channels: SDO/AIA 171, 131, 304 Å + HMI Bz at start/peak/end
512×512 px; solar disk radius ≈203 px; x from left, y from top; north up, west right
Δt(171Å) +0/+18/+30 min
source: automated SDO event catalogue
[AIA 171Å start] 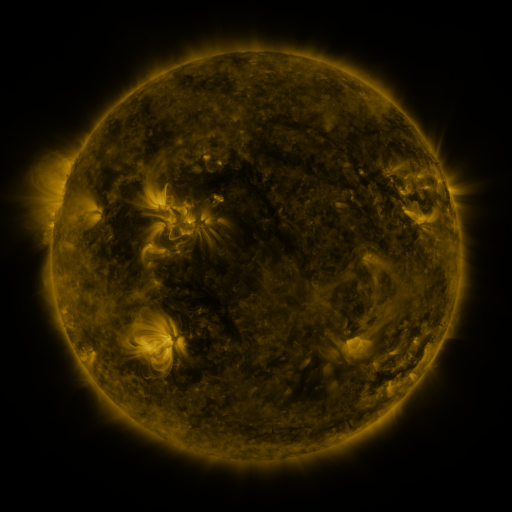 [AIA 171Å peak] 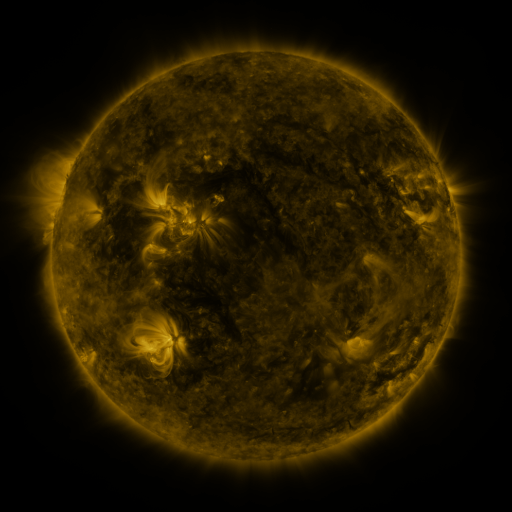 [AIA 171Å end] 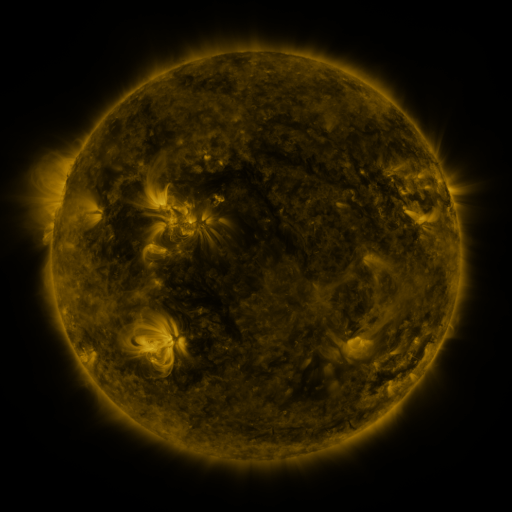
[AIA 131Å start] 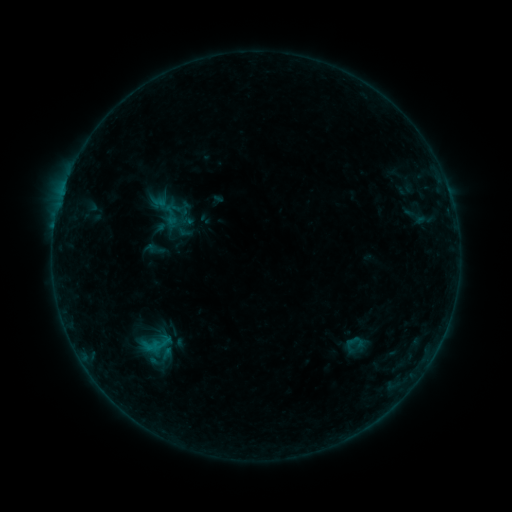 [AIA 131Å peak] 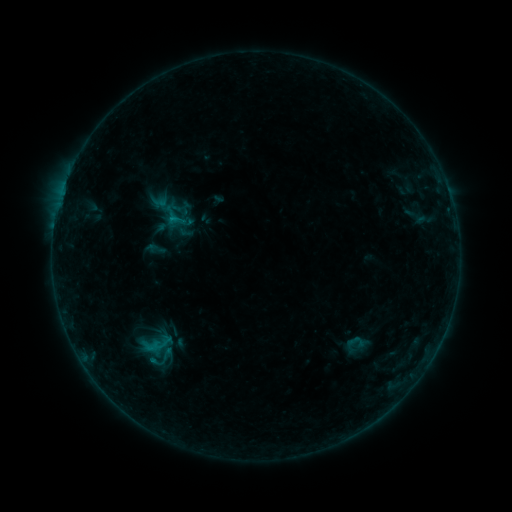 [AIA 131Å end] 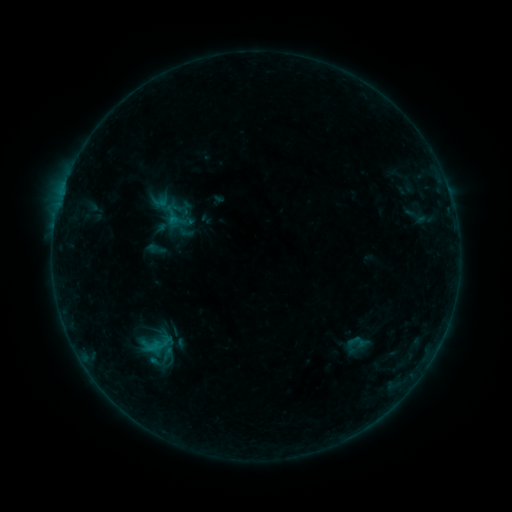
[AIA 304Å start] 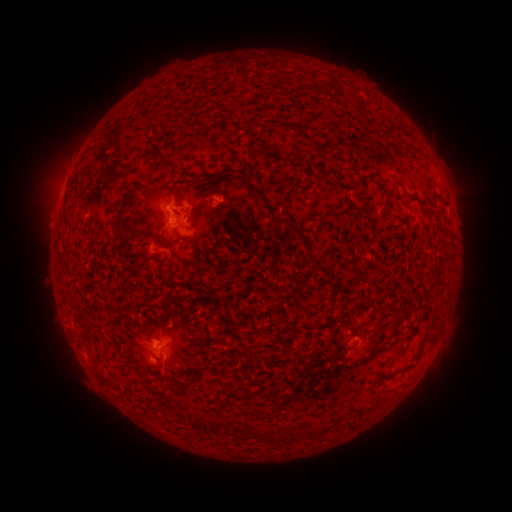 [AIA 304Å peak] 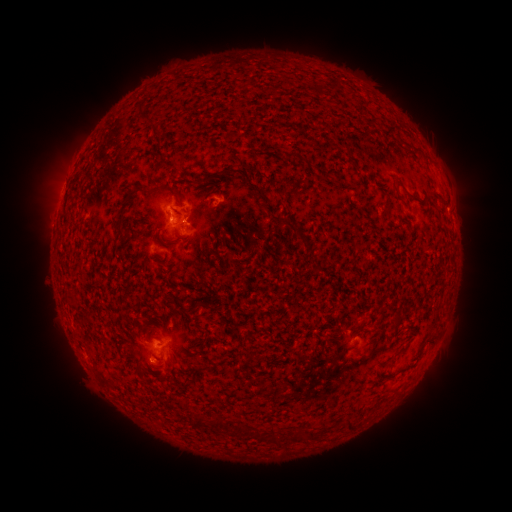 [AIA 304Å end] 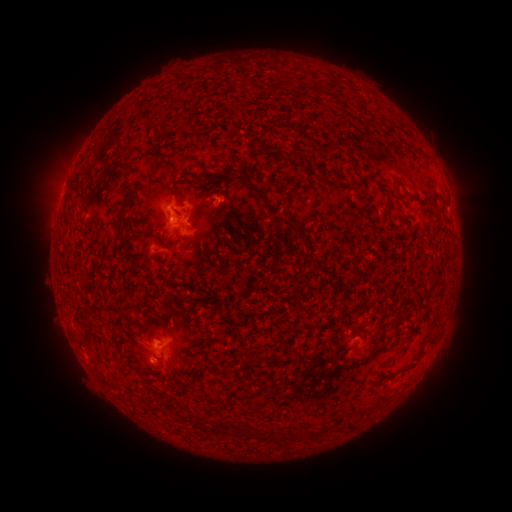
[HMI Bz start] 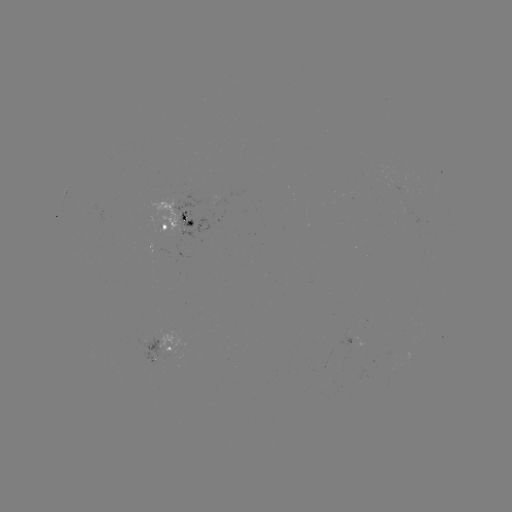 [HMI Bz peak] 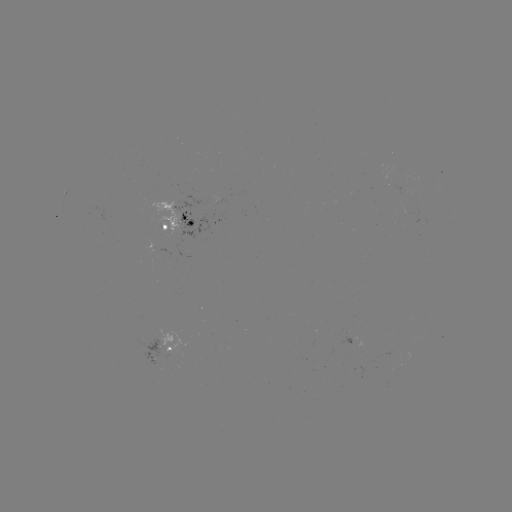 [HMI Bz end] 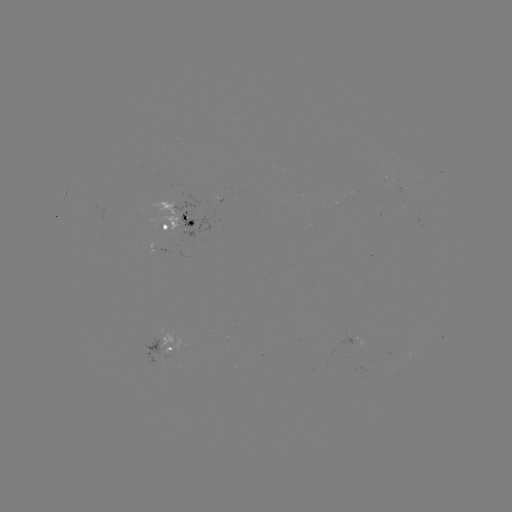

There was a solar flare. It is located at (173, 221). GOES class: B4.4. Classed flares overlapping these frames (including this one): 1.